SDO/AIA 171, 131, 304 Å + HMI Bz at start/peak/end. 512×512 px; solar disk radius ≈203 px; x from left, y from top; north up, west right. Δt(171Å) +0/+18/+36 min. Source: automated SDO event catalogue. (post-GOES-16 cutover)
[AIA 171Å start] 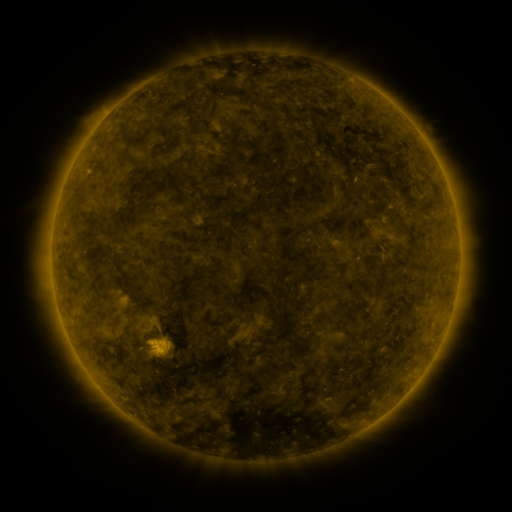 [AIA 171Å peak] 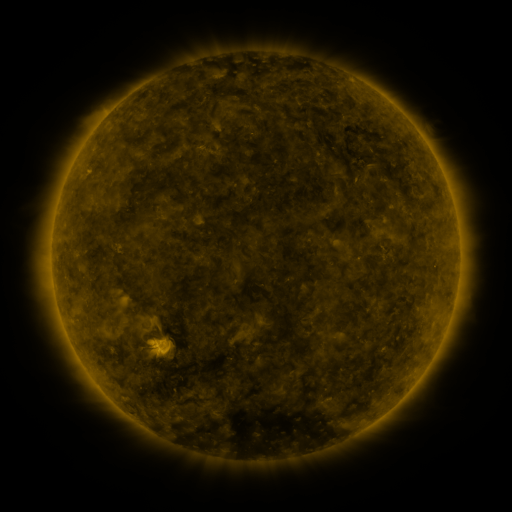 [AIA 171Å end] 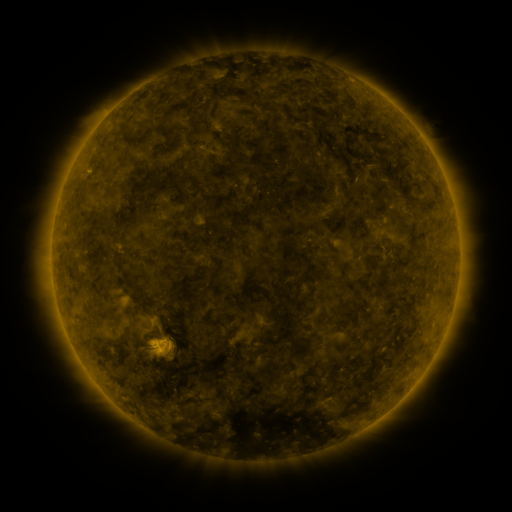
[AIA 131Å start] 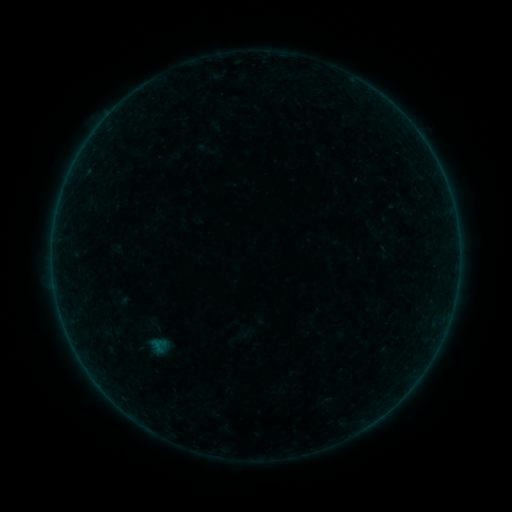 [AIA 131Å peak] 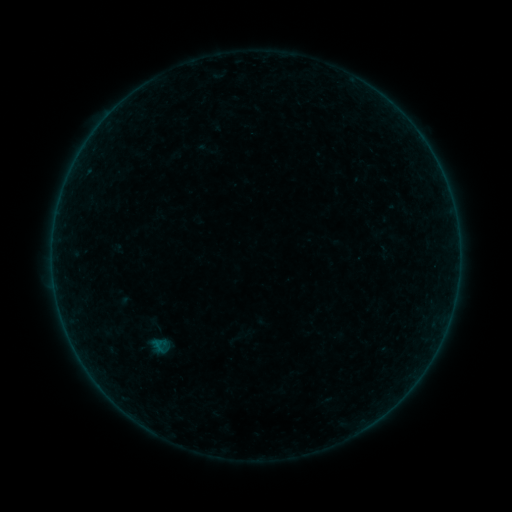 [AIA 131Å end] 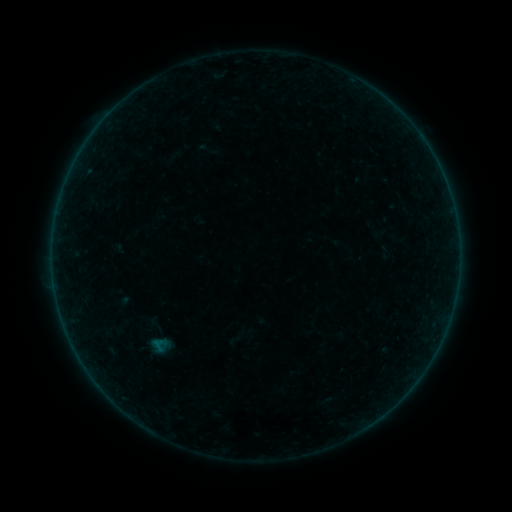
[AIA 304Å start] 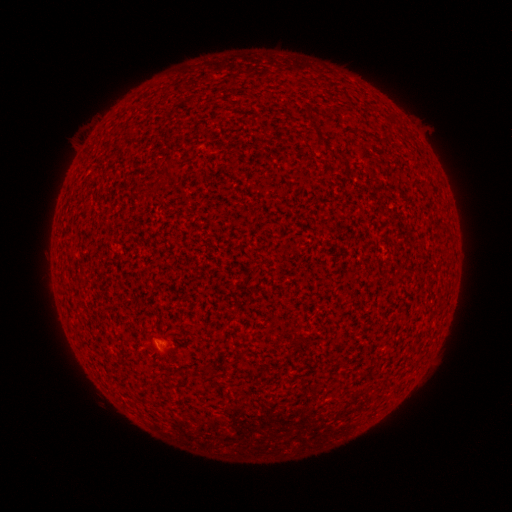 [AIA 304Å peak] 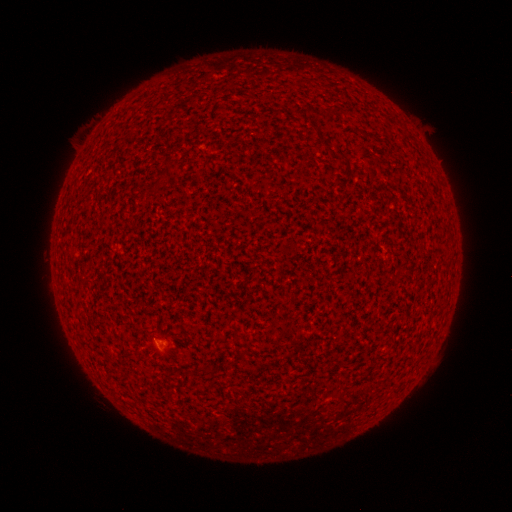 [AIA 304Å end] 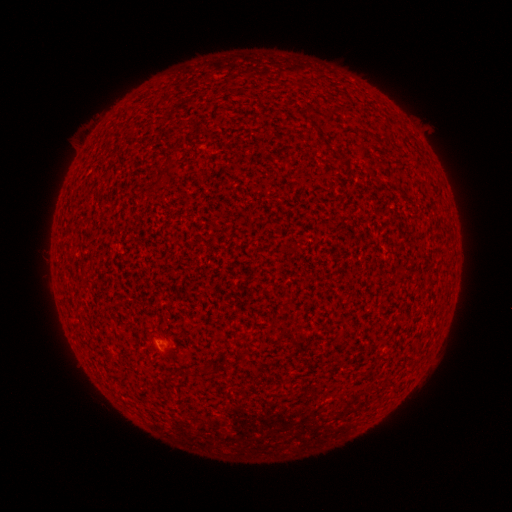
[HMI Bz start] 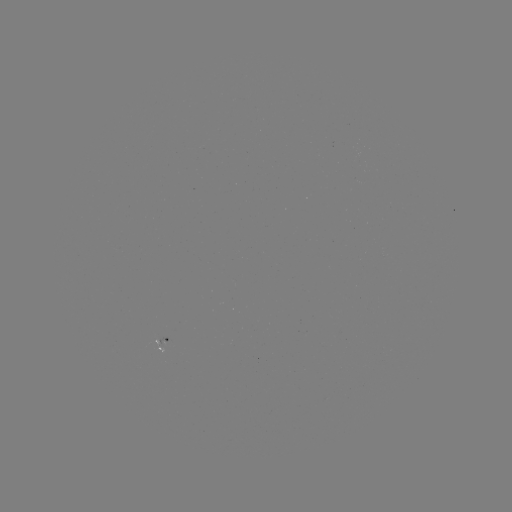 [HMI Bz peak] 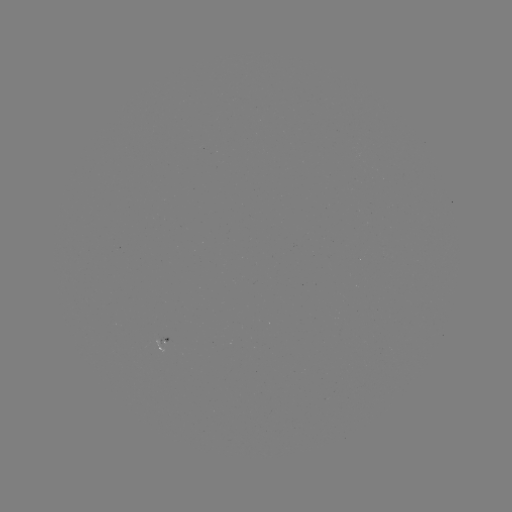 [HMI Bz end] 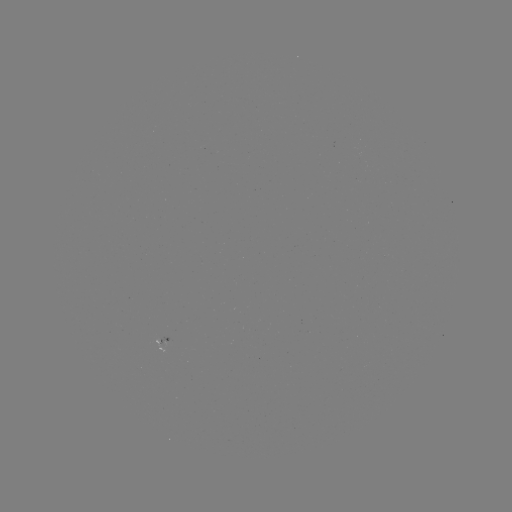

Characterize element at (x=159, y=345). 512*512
A2.2 flare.